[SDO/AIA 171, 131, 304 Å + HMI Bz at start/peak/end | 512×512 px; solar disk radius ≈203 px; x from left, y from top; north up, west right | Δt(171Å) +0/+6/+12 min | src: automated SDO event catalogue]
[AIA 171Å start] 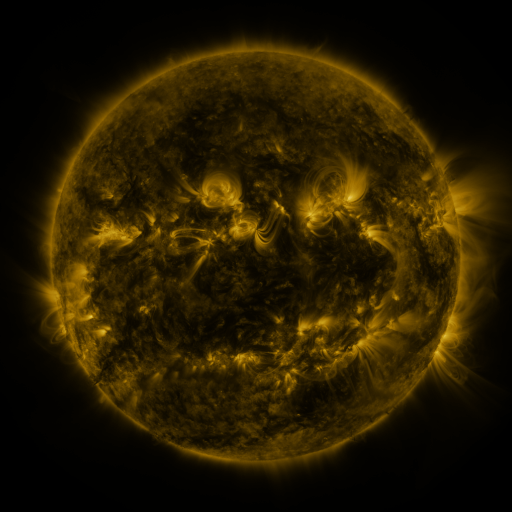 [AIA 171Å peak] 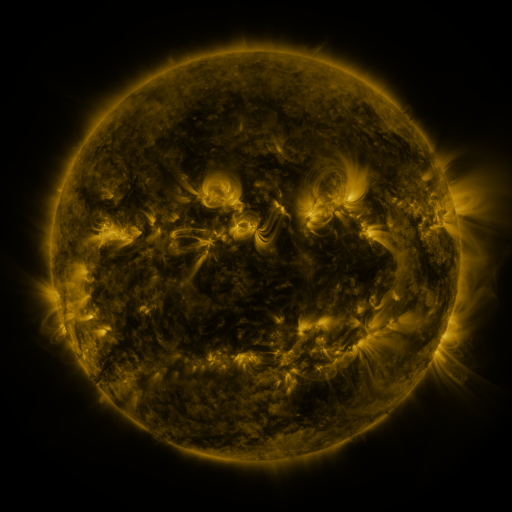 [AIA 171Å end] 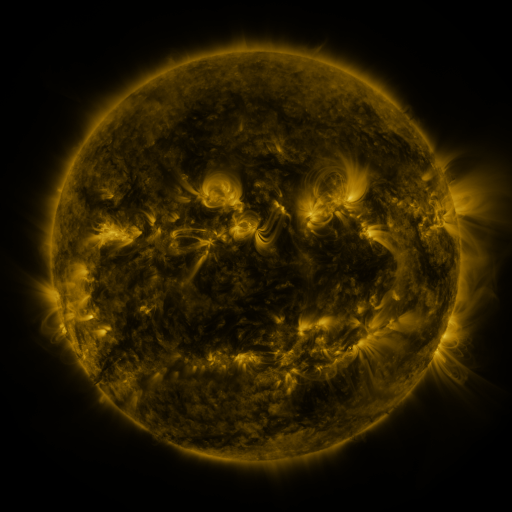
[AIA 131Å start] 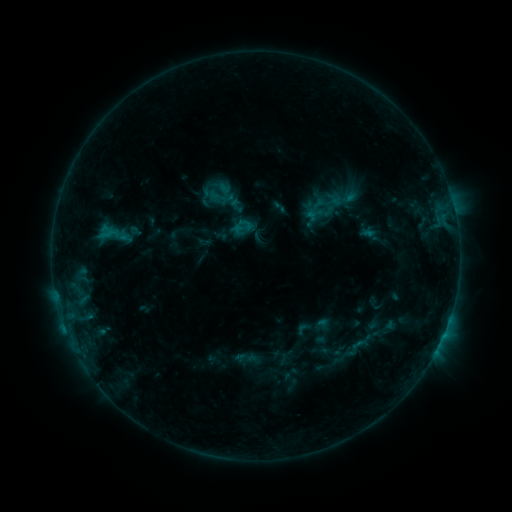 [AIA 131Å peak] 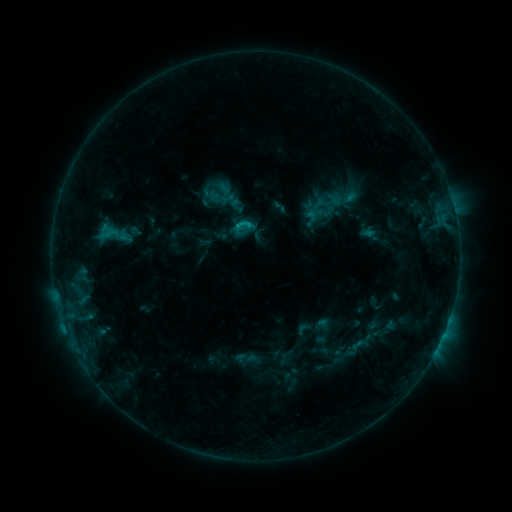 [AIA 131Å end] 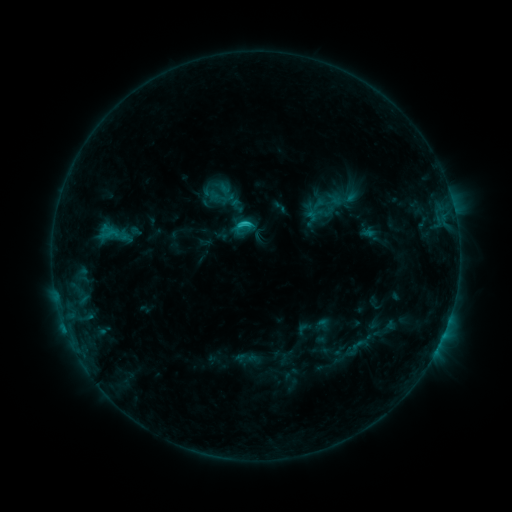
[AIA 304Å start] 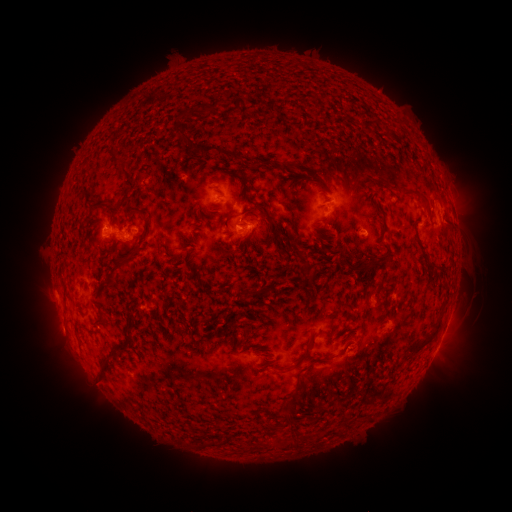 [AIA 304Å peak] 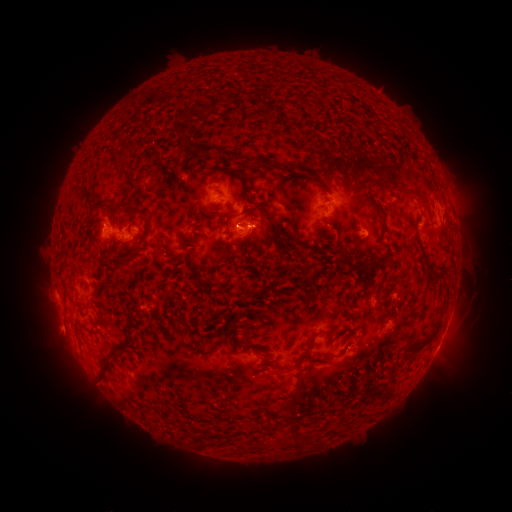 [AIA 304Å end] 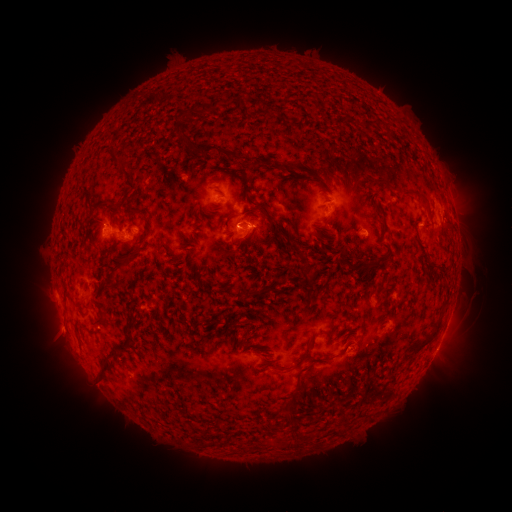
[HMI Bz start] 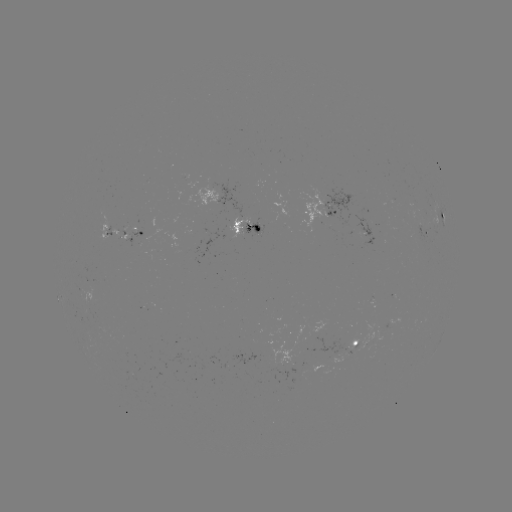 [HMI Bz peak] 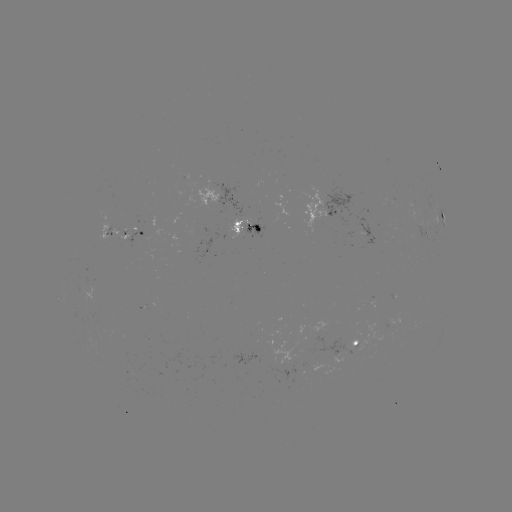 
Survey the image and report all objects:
C1.1 flare: (241, 228)
